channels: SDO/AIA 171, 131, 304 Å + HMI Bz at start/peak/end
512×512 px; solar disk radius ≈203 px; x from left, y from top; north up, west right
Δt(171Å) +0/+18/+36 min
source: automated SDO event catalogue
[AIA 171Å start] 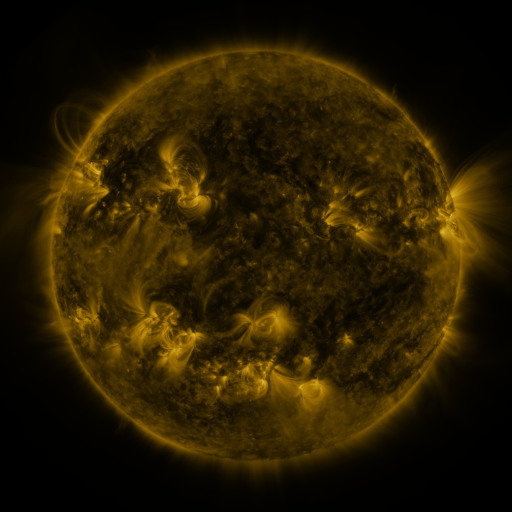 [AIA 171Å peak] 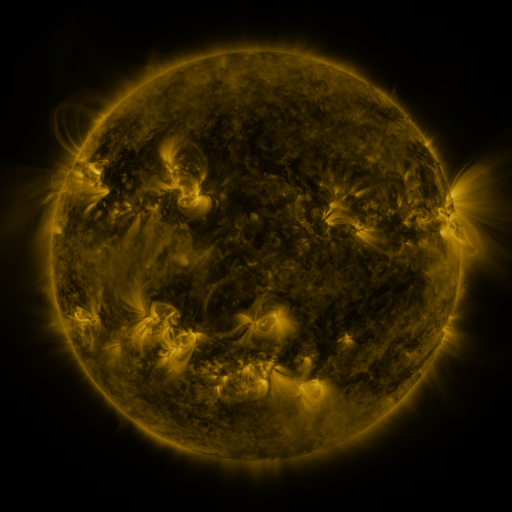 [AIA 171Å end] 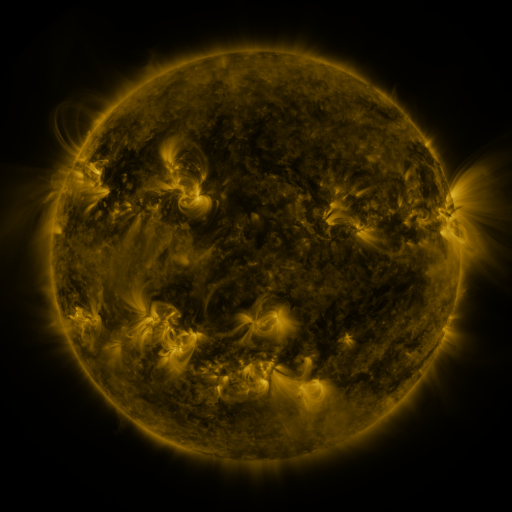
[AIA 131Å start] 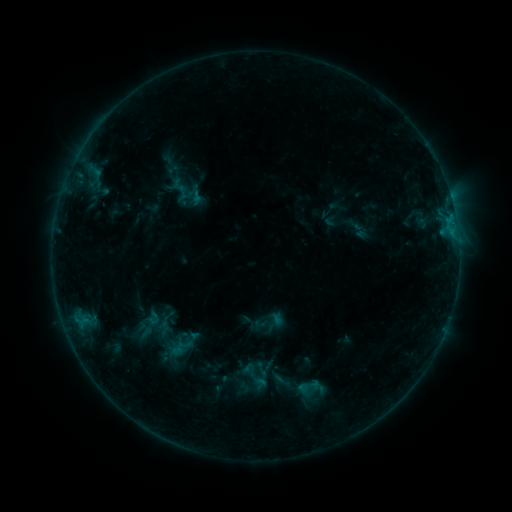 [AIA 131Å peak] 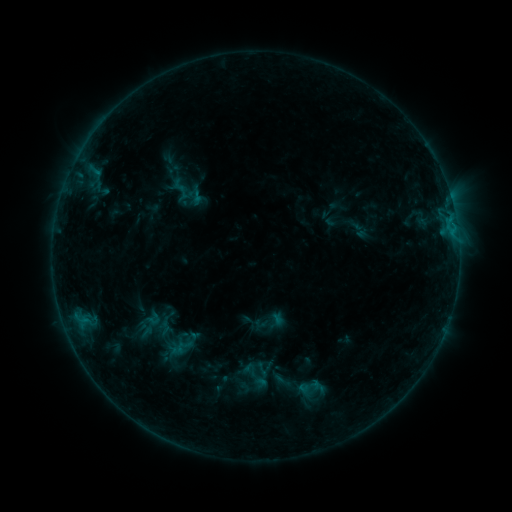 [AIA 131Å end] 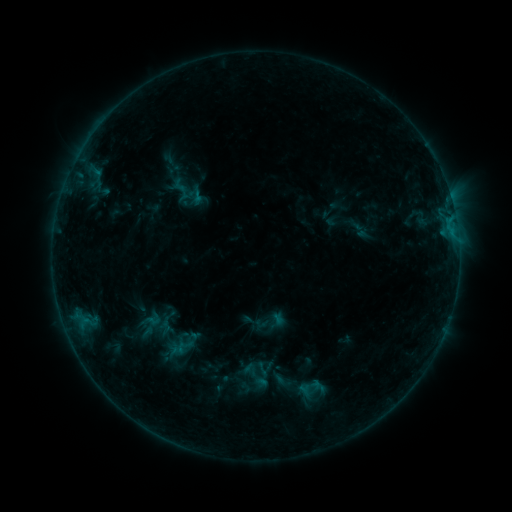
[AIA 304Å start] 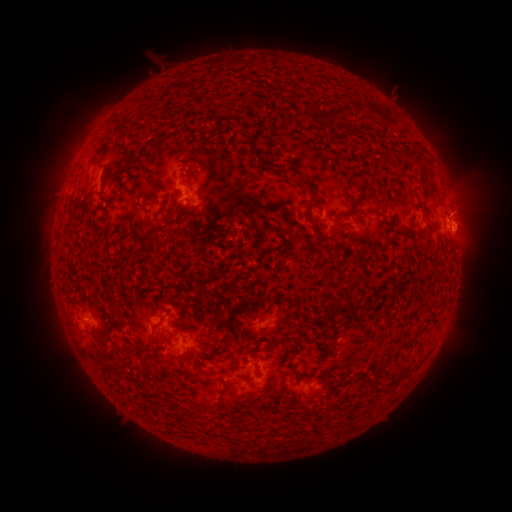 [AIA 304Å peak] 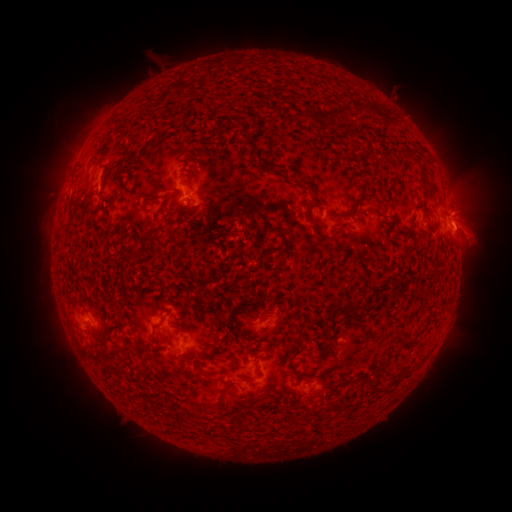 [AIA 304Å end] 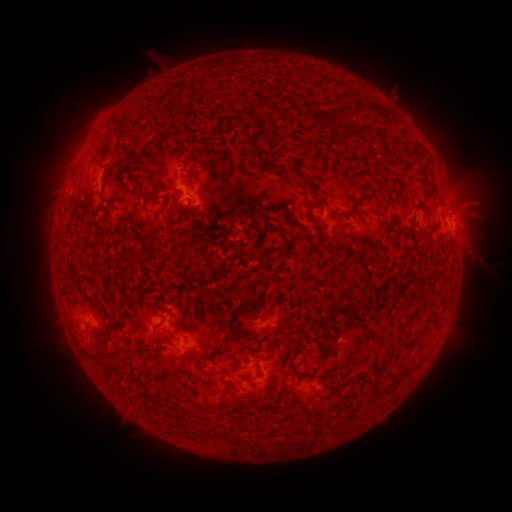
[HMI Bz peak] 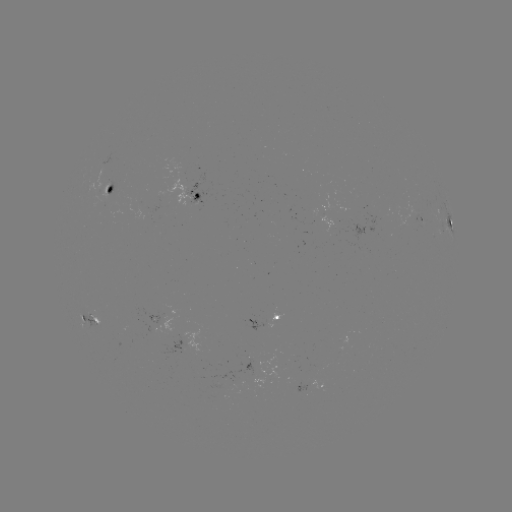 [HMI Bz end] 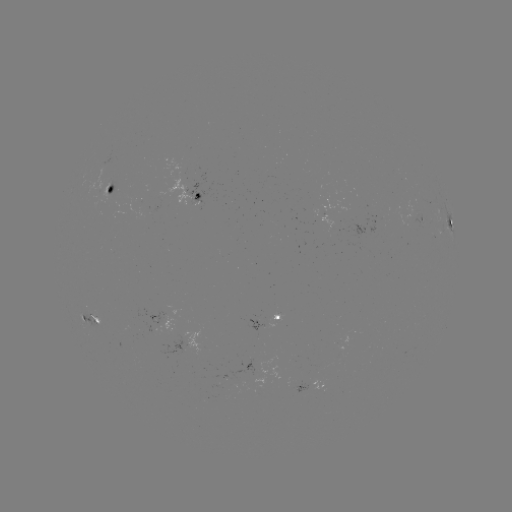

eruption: (442, 180, 504, 267)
